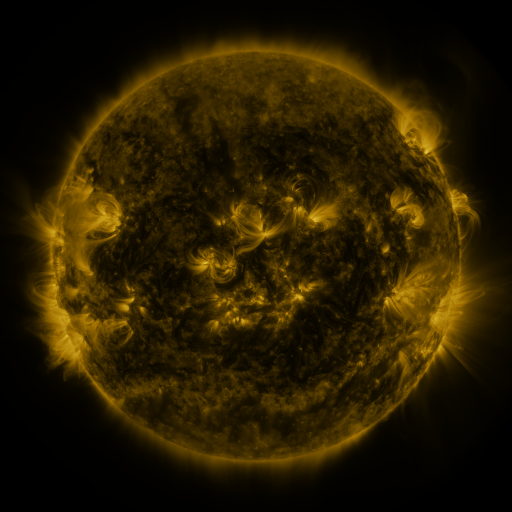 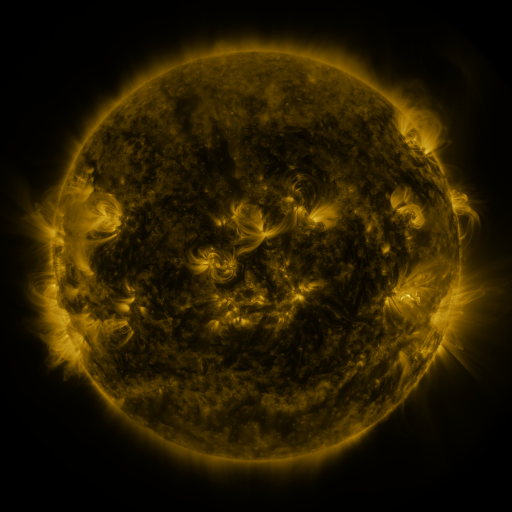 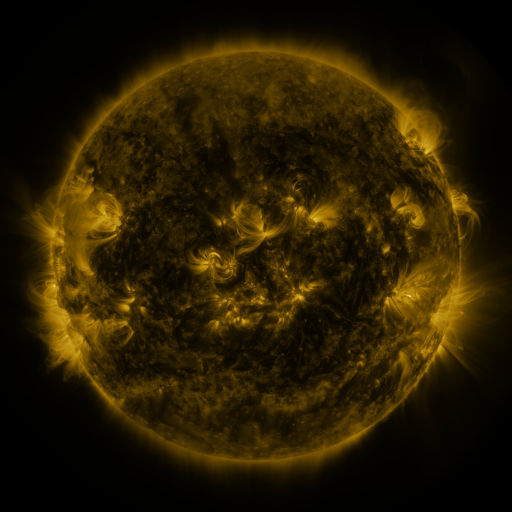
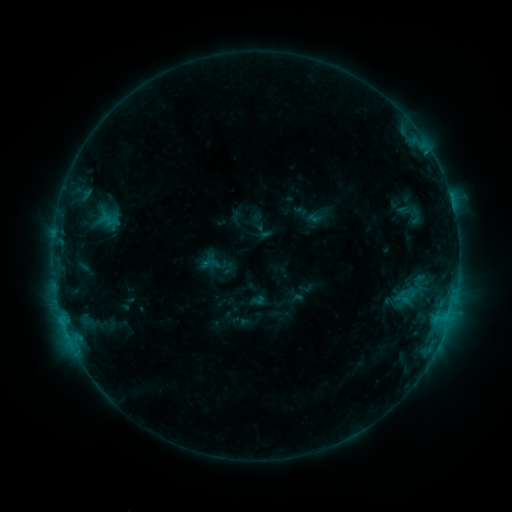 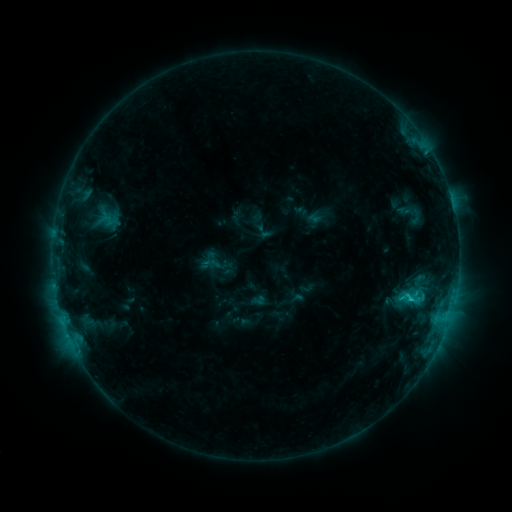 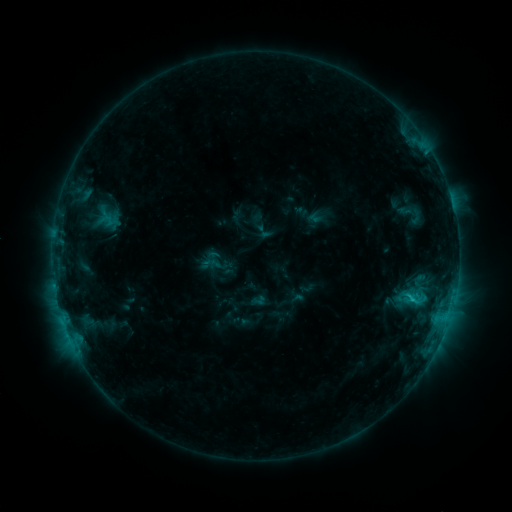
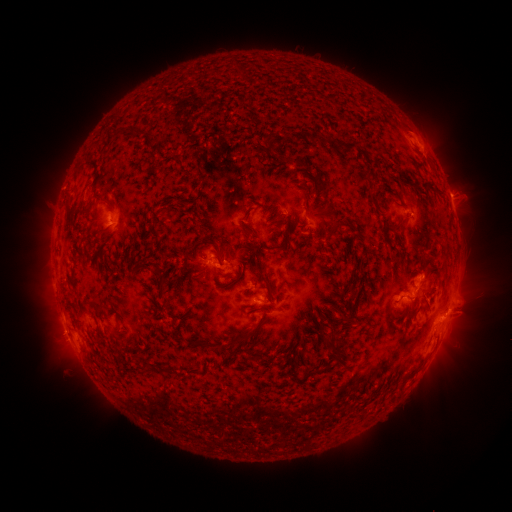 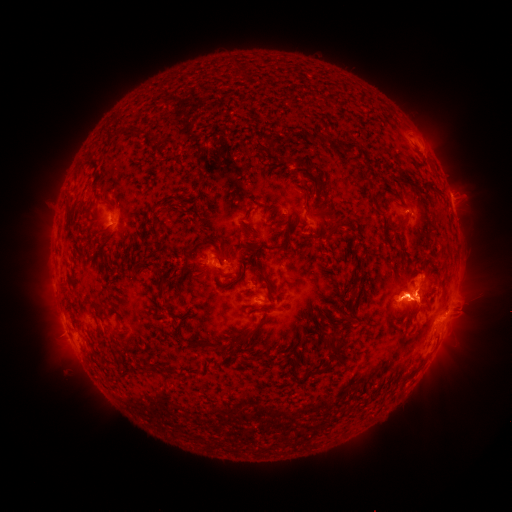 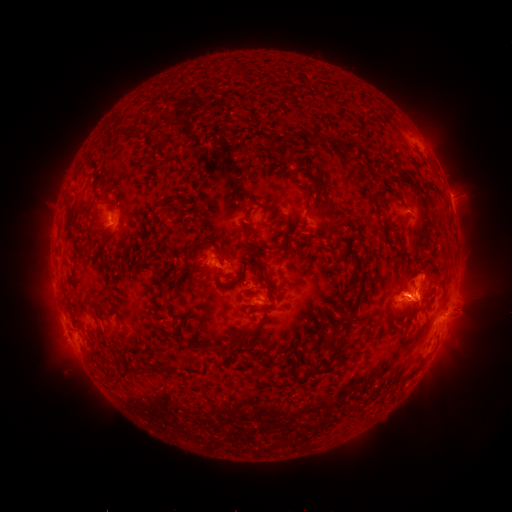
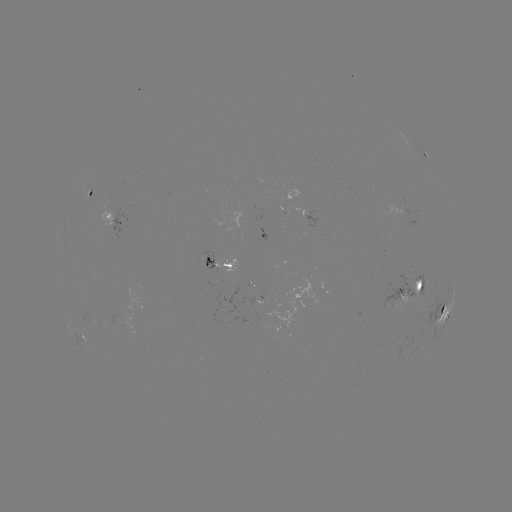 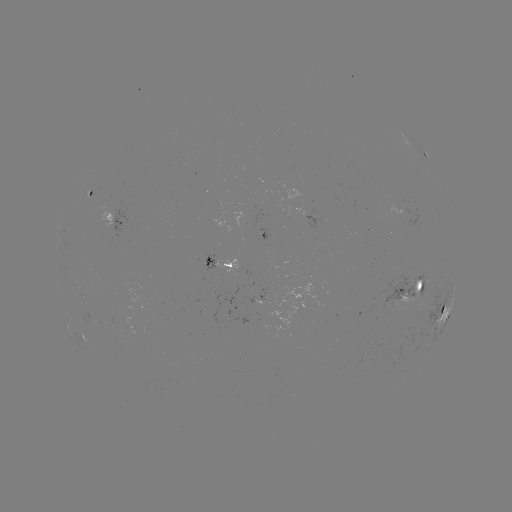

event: eruption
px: (413, 299)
